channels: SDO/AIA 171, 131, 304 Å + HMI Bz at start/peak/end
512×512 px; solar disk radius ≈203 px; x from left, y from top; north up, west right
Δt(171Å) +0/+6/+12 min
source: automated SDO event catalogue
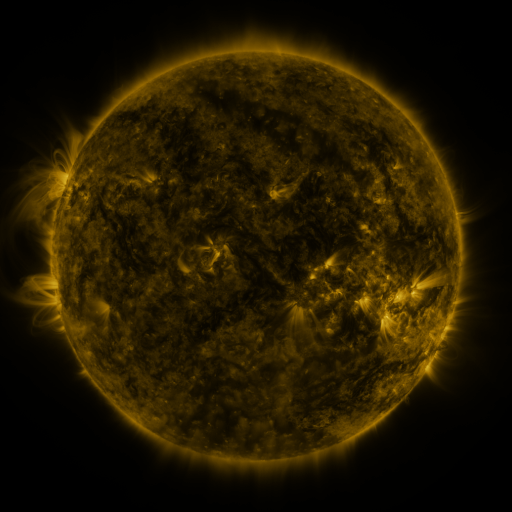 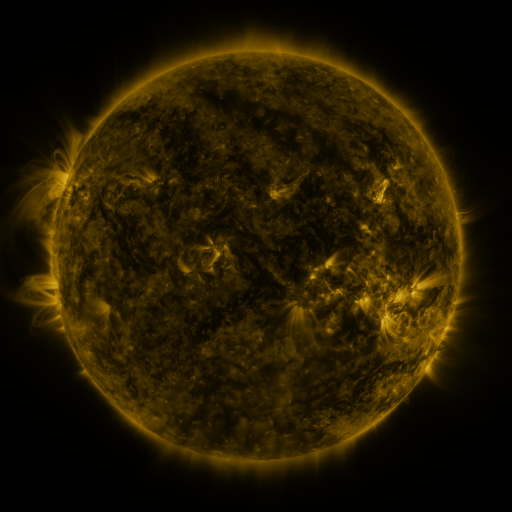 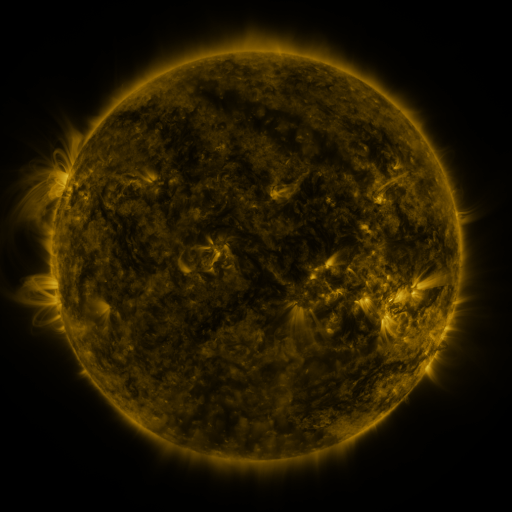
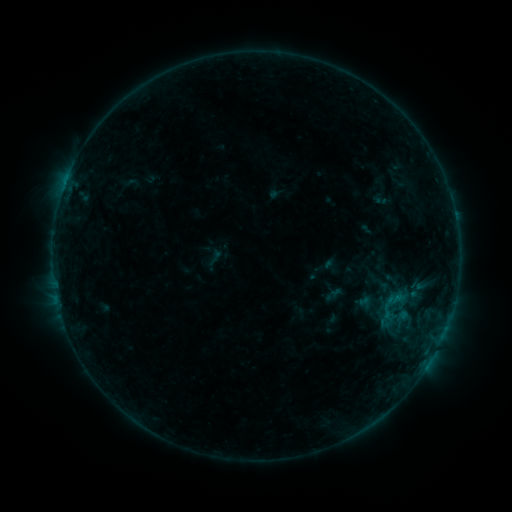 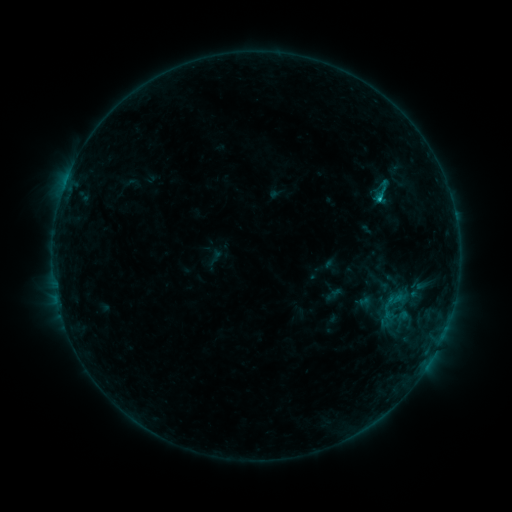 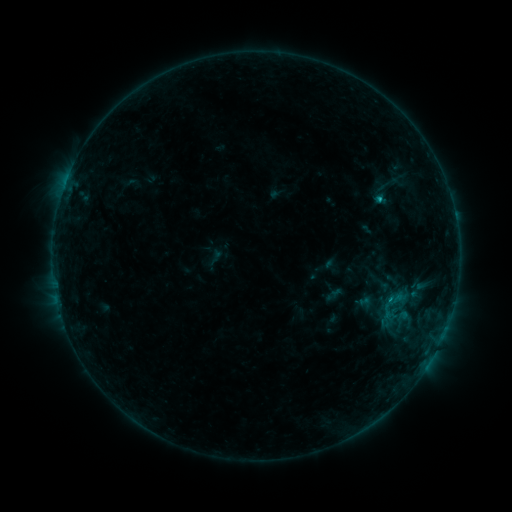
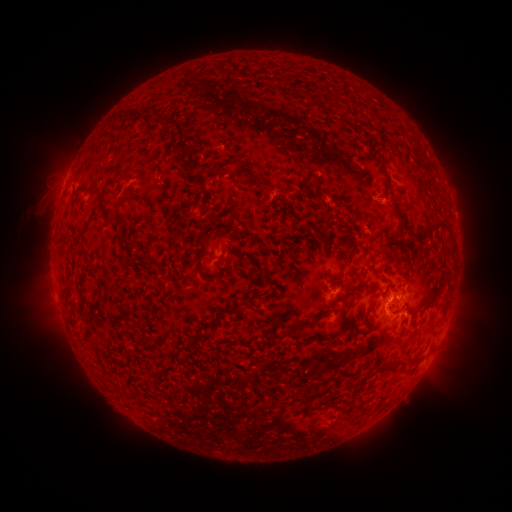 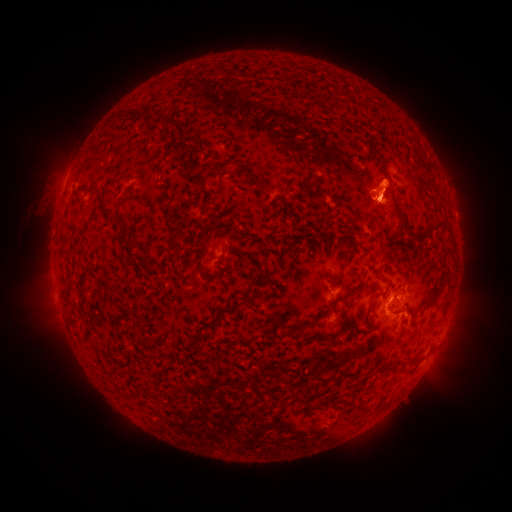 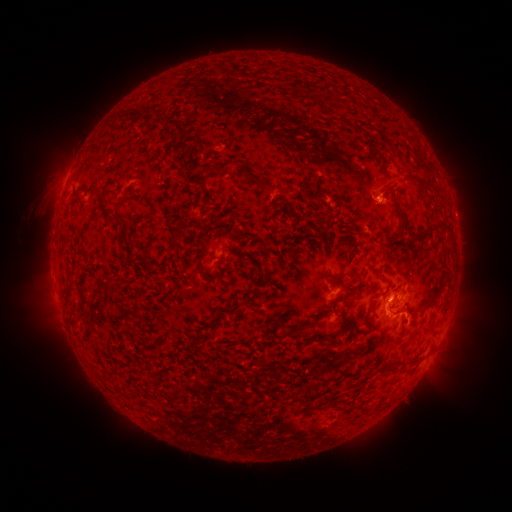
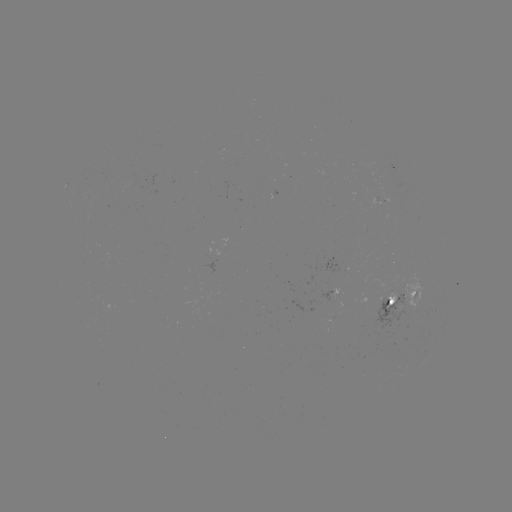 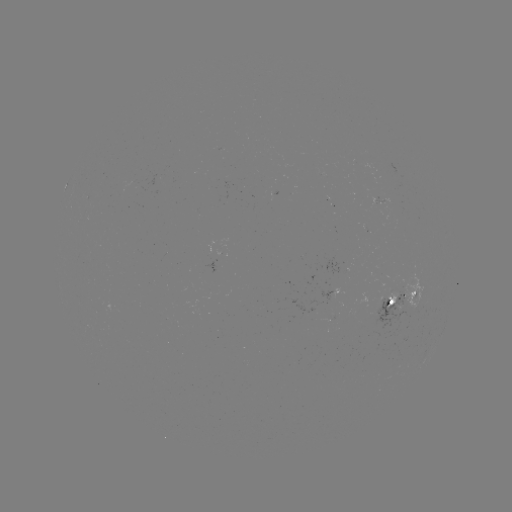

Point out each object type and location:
eruption: (385, 188)
